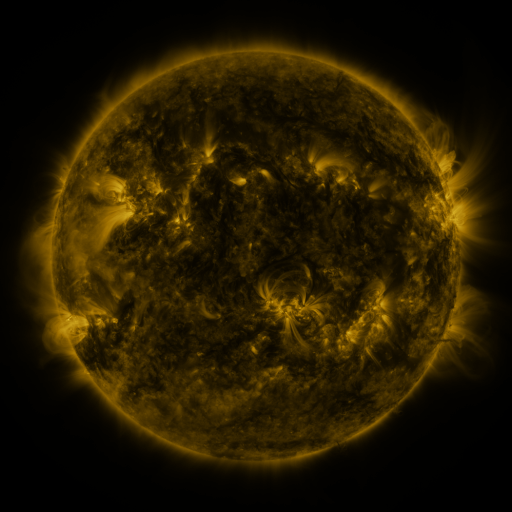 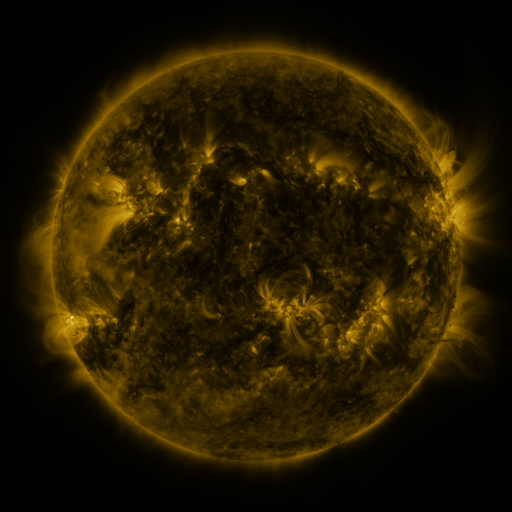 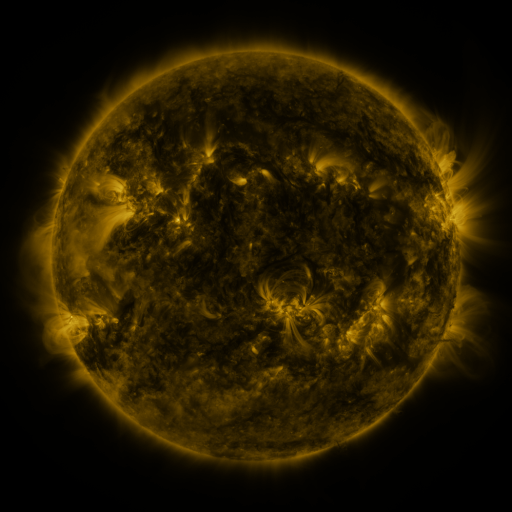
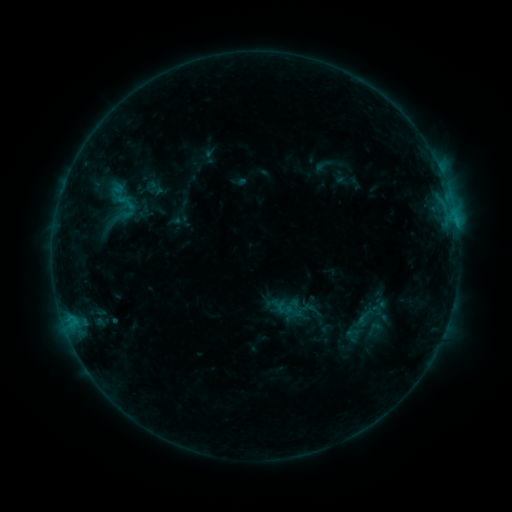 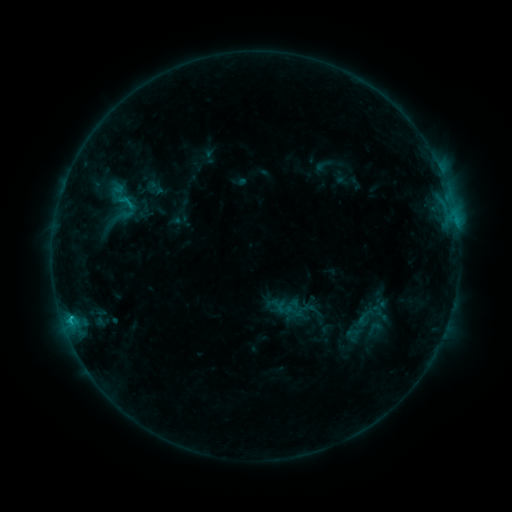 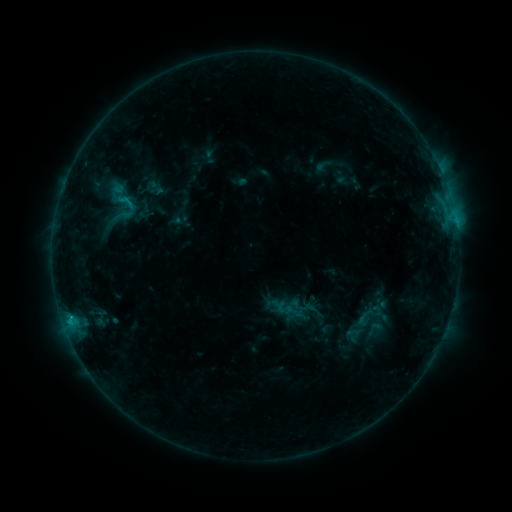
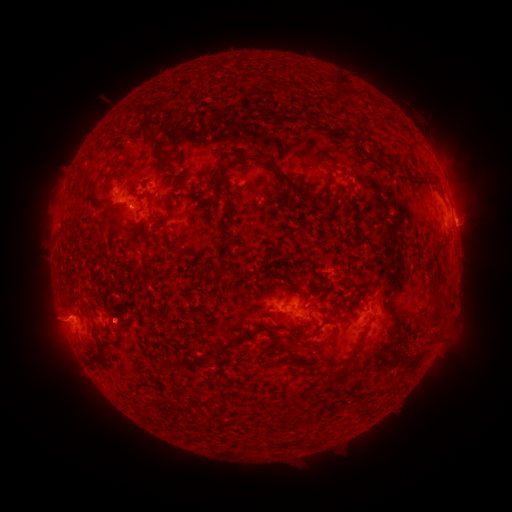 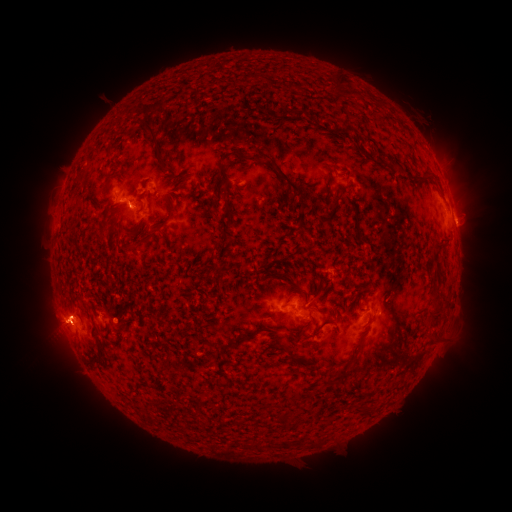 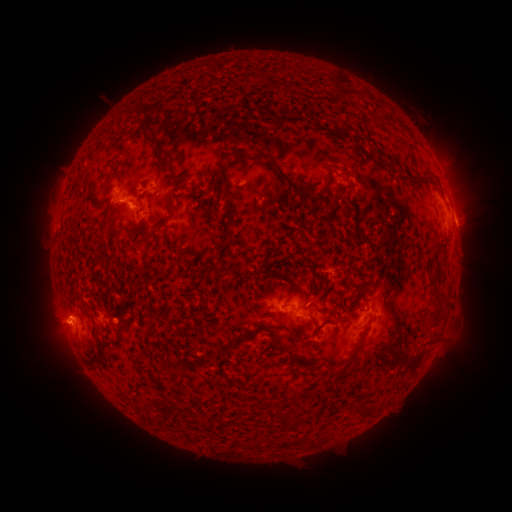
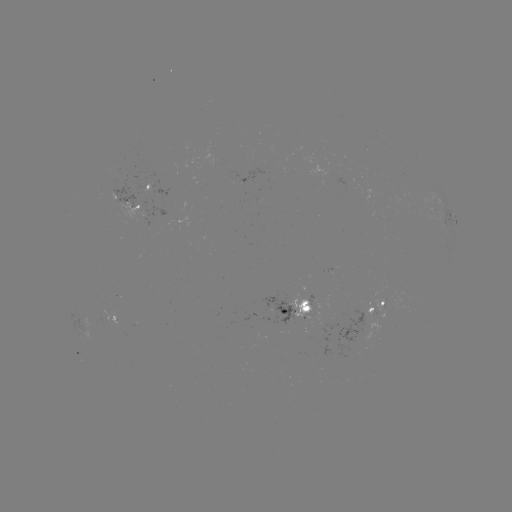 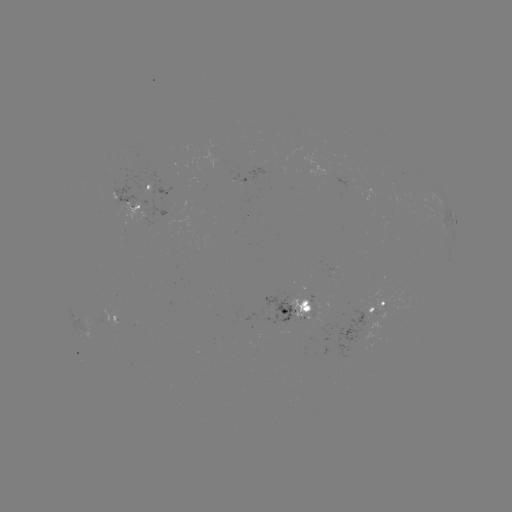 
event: flare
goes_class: C1.3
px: (71, 315)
